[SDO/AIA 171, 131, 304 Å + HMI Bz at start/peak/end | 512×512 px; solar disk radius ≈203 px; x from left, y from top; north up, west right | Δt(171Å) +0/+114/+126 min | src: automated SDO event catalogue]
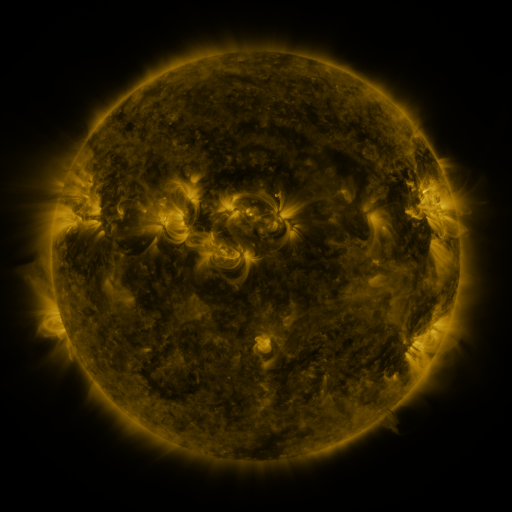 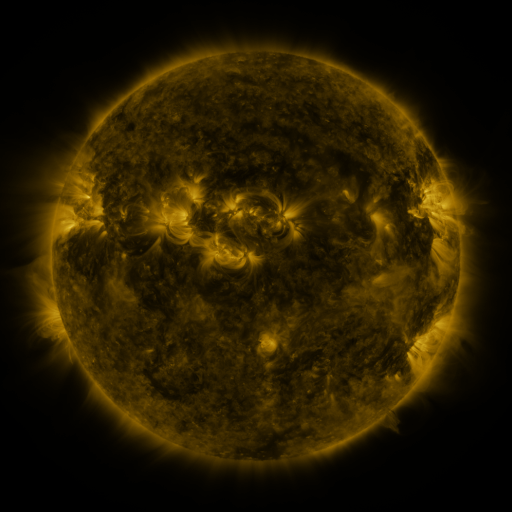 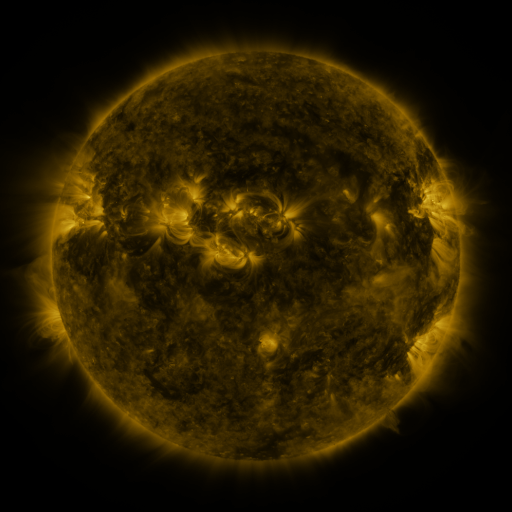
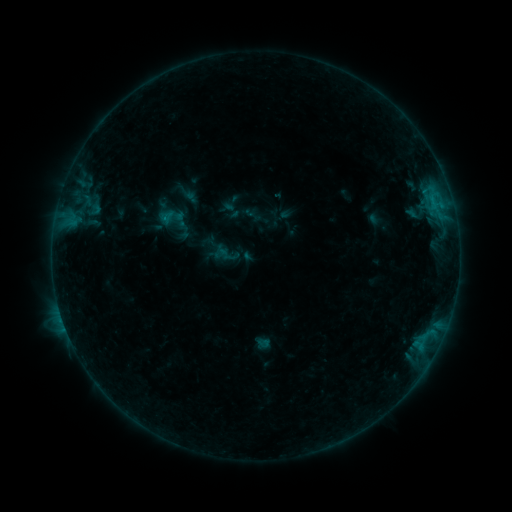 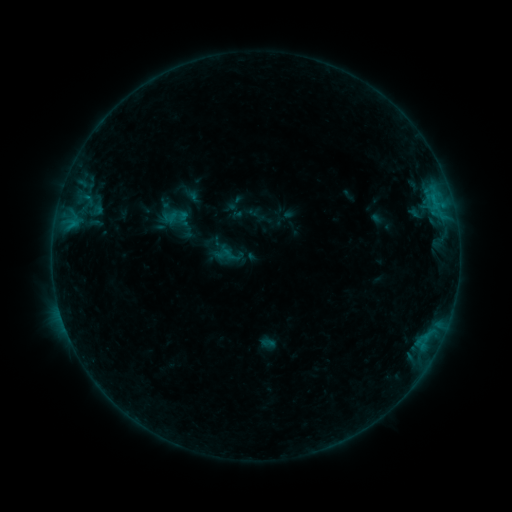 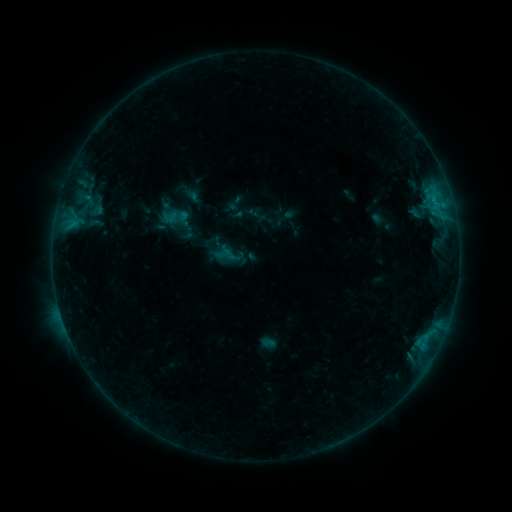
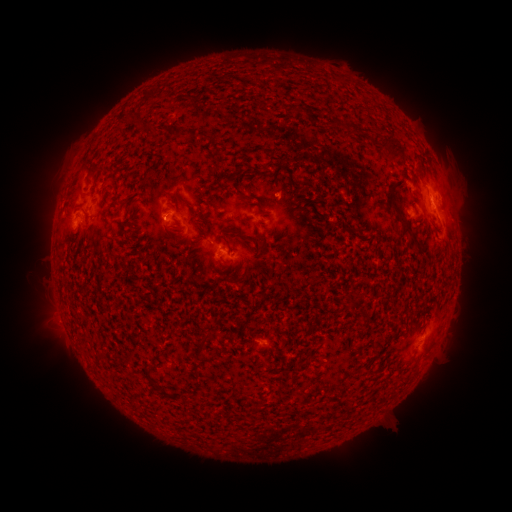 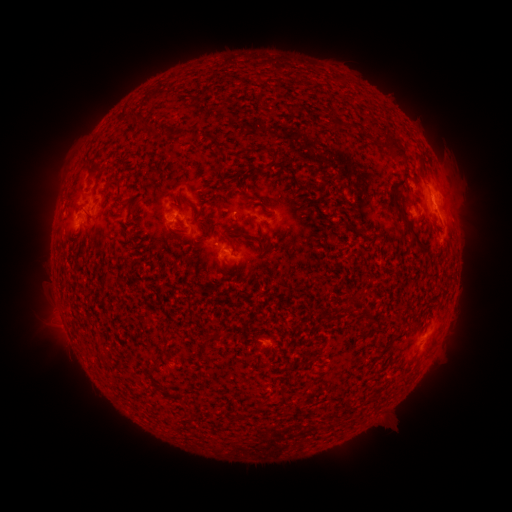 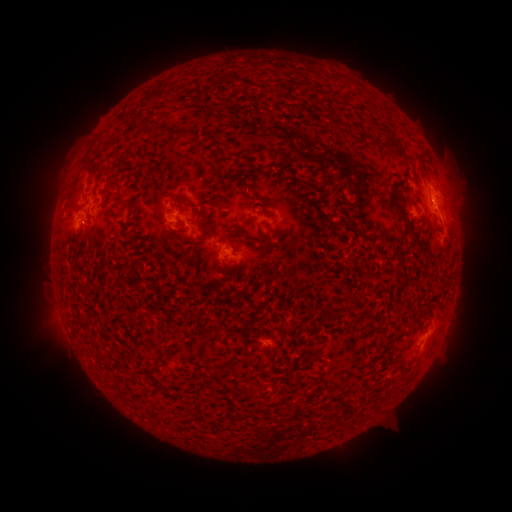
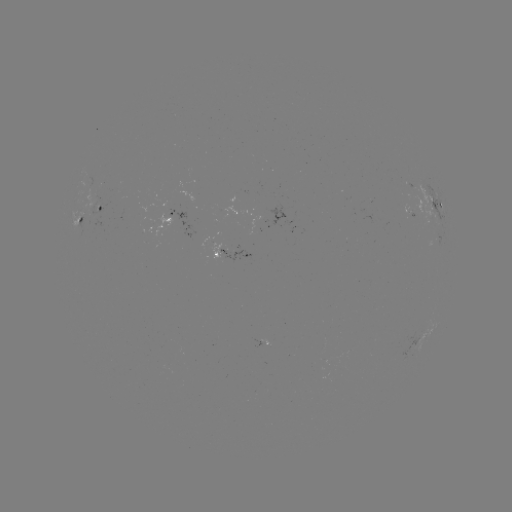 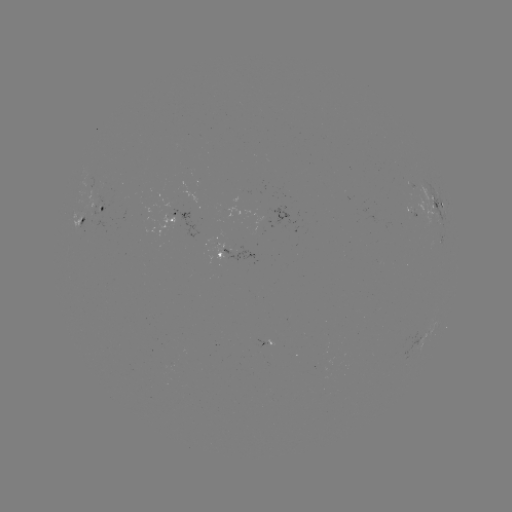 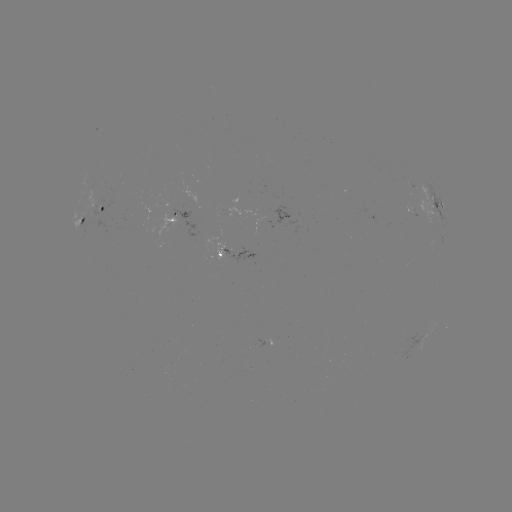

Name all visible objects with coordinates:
emerging-flux region: (95, 200)
